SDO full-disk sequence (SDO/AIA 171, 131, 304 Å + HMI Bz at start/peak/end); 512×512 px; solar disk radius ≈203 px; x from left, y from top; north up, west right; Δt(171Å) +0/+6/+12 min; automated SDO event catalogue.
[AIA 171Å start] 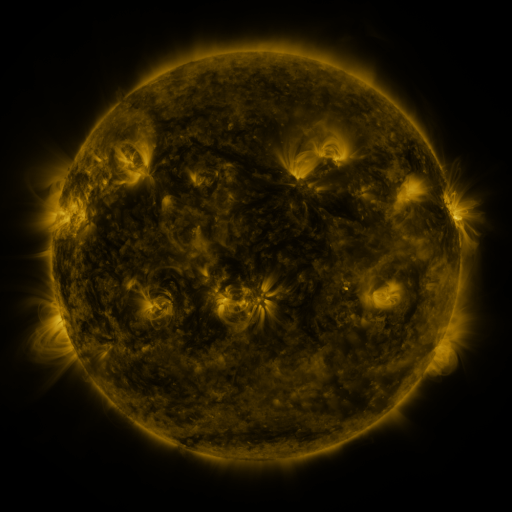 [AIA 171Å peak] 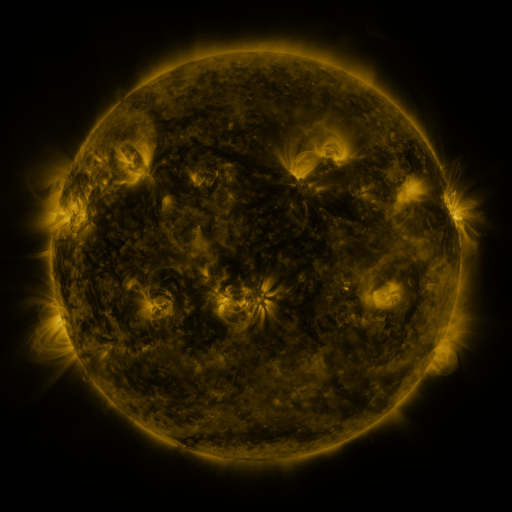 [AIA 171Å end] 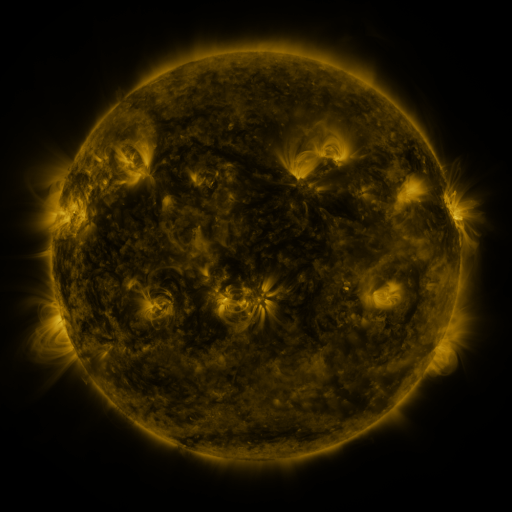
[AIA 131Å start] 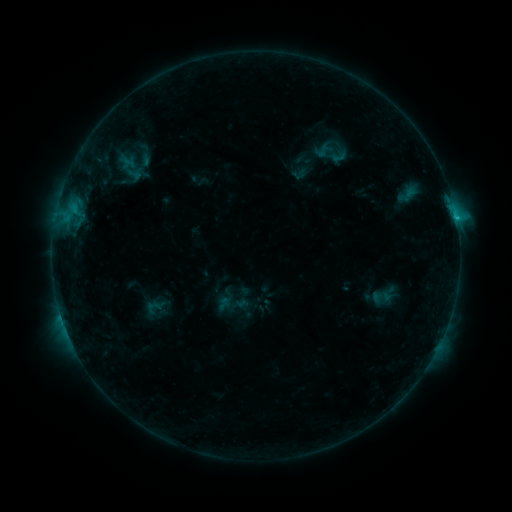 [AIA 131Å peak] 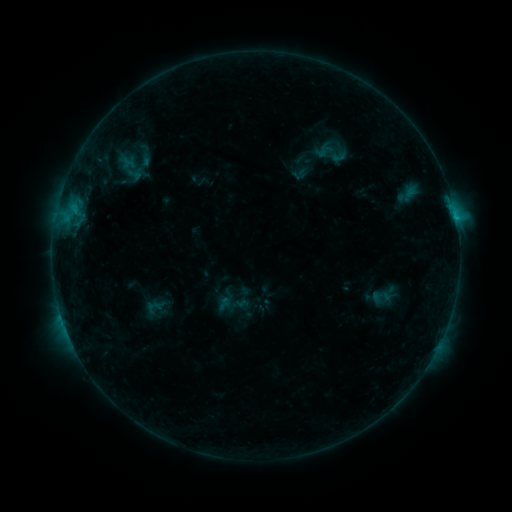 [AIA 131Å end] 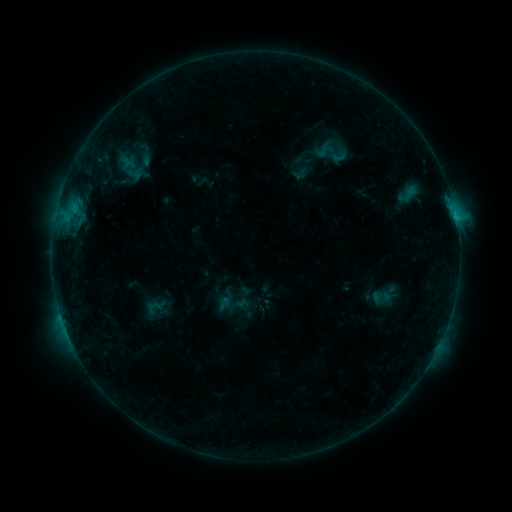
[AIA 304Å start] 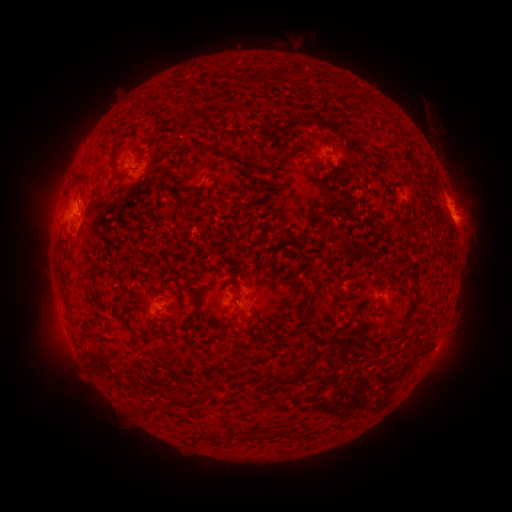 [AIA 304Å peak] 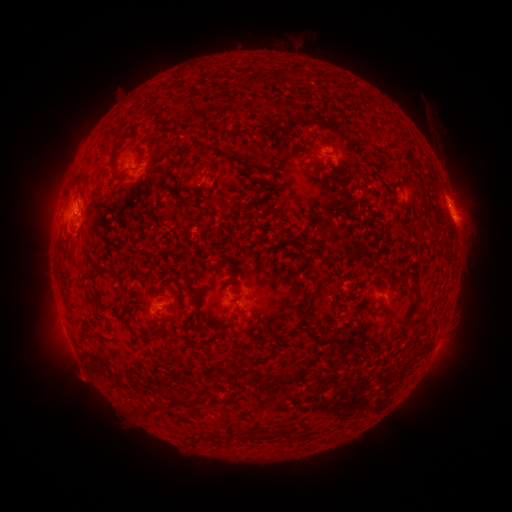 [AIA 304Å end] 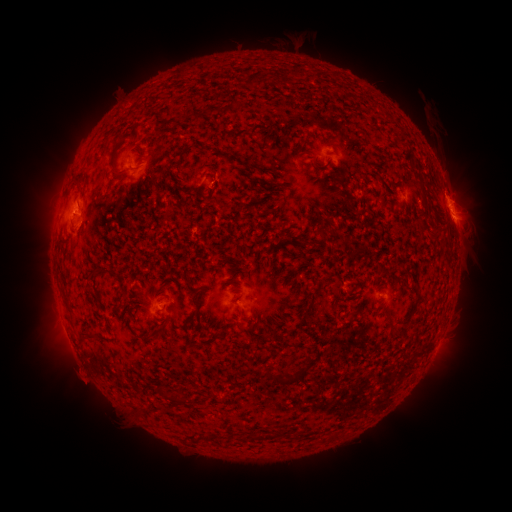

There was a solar eruption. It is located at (83, 376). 